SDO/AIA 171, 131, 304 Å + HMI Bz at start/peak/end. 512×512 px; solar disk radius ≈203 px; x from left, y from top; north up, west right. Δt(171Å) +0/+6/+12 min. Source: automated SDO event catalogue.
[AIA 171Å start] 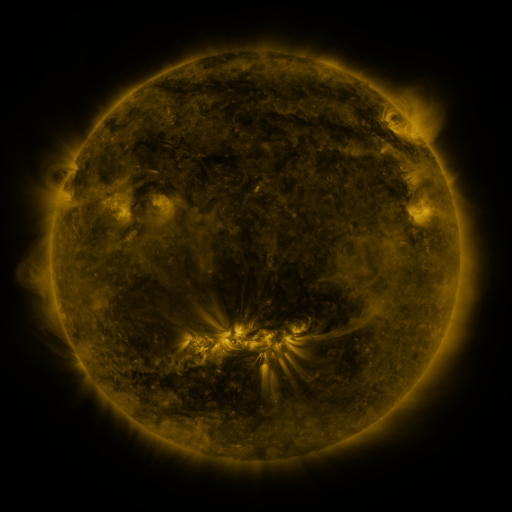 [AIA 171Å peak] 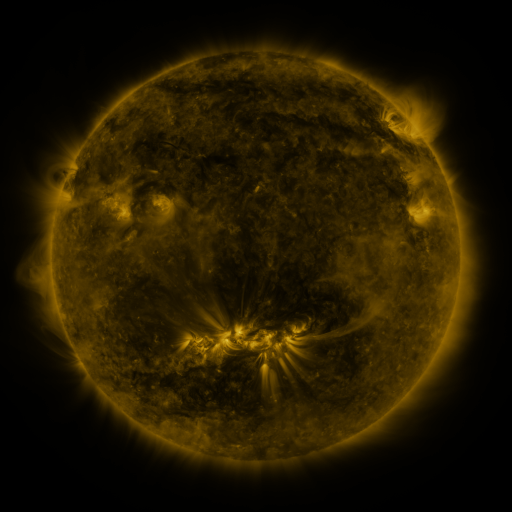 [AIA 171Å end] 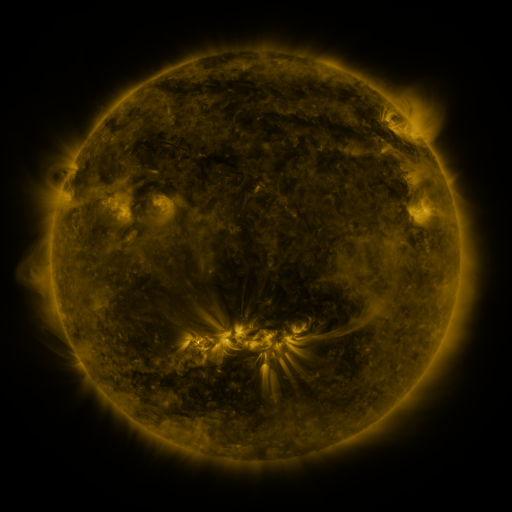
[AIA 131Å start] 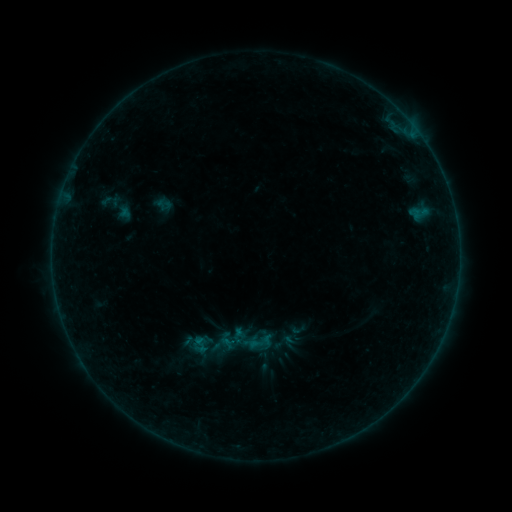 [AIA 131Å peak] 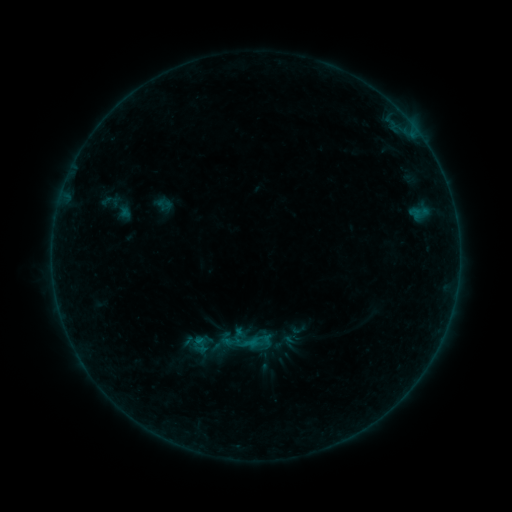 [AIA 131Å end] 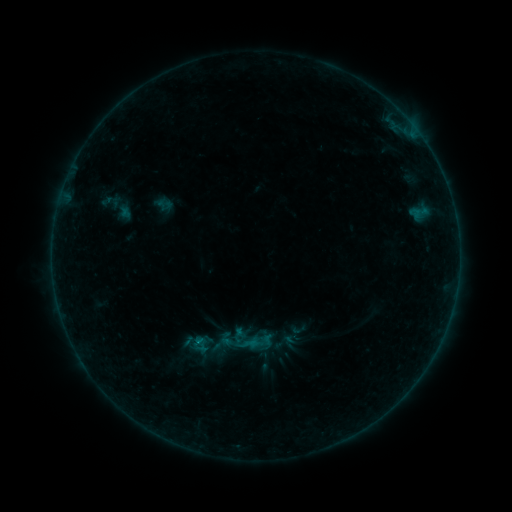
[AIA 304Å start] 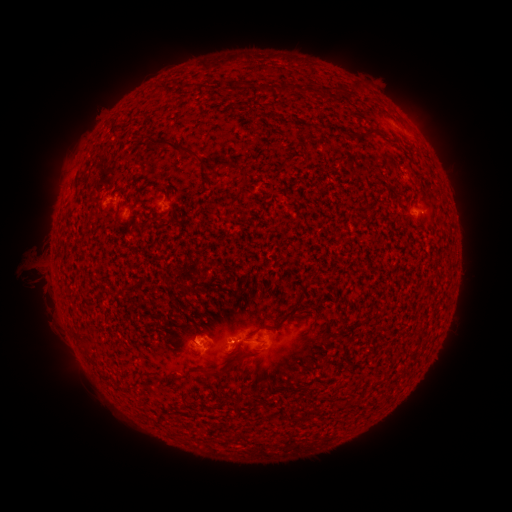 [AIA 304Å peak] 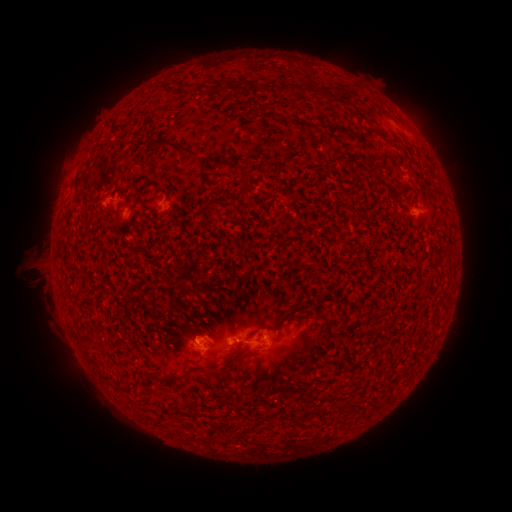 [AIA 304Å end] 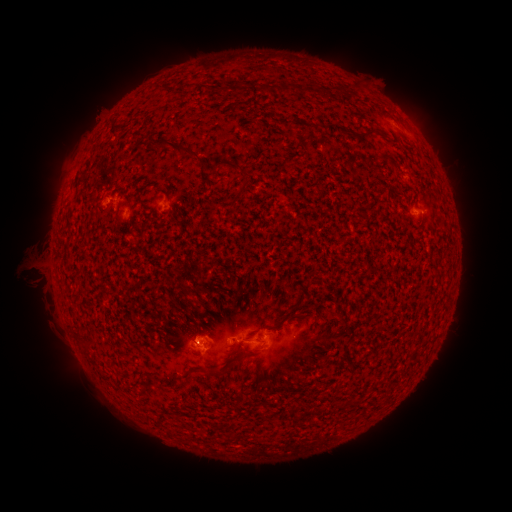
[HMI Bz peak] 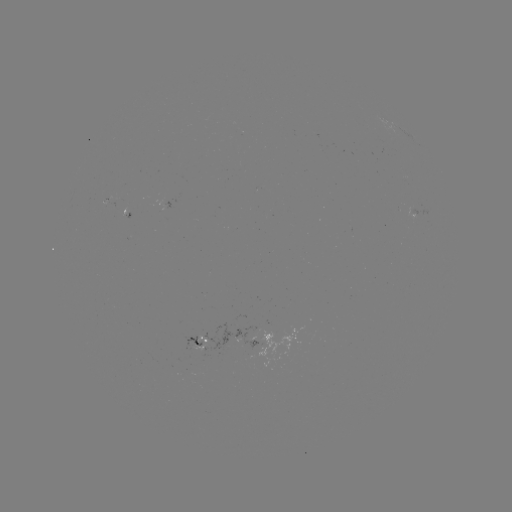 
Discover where B2.8 flare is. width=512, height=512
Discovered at (200, 339).